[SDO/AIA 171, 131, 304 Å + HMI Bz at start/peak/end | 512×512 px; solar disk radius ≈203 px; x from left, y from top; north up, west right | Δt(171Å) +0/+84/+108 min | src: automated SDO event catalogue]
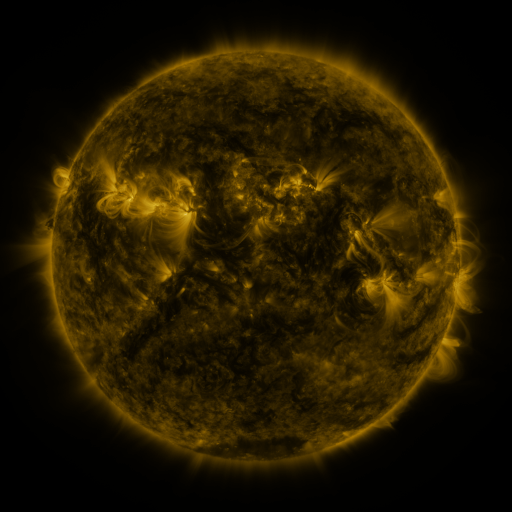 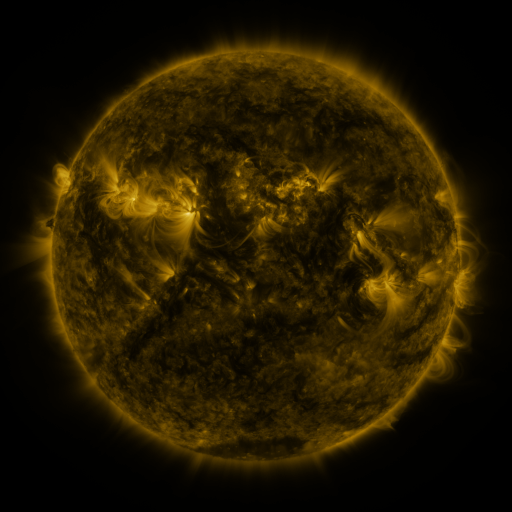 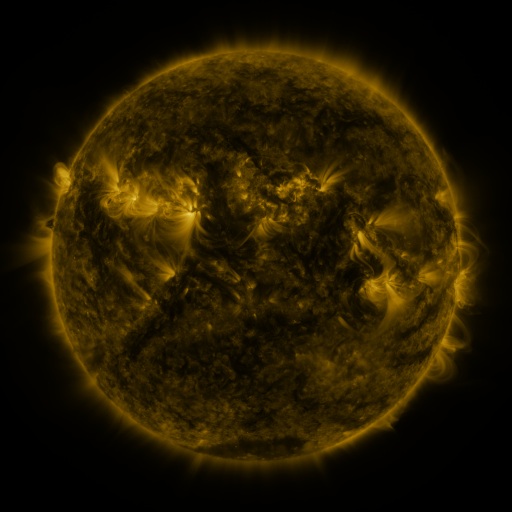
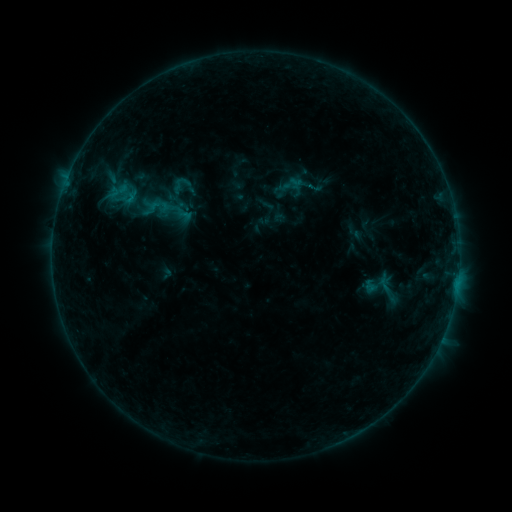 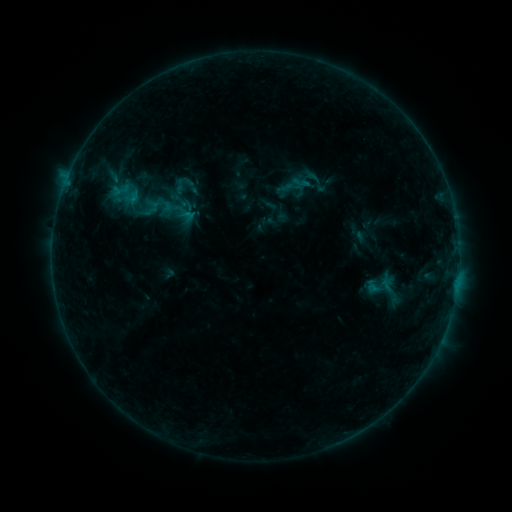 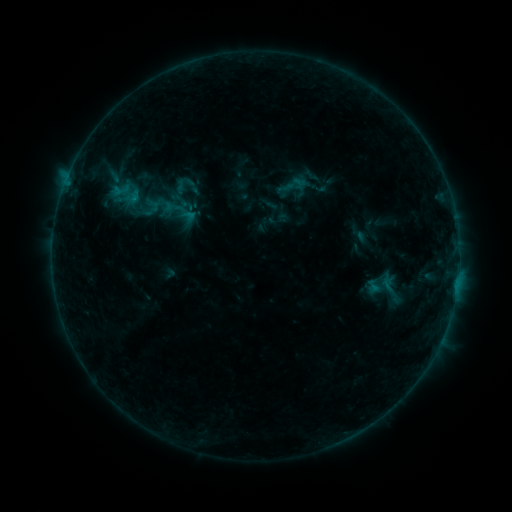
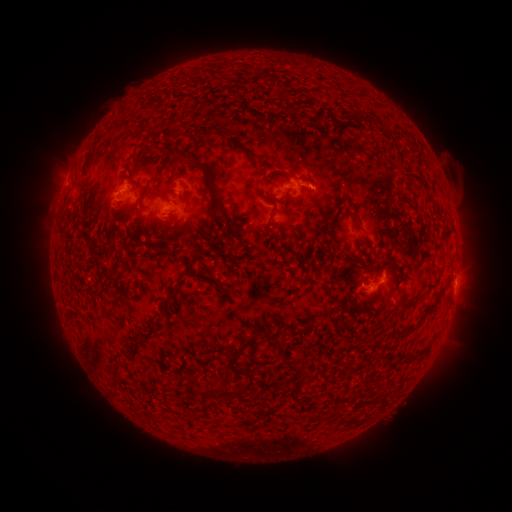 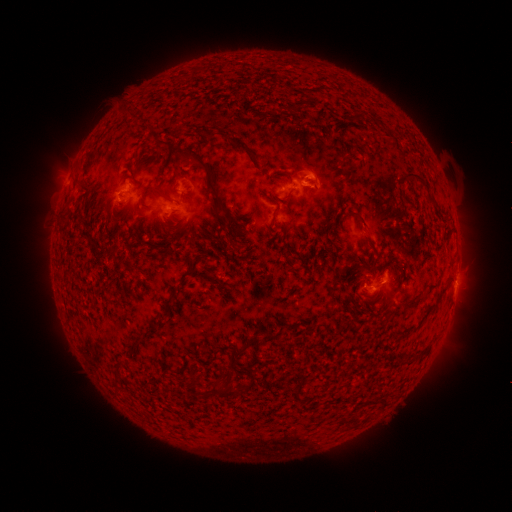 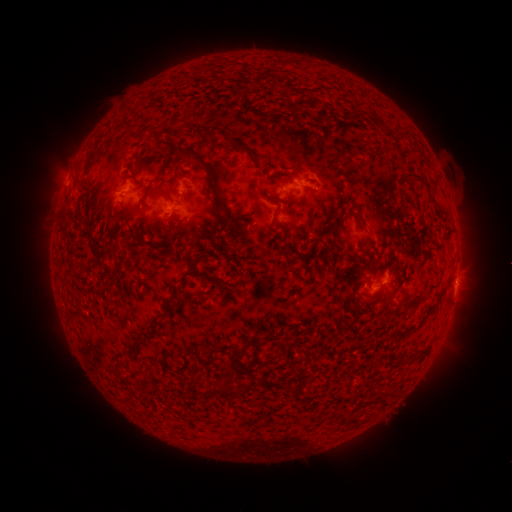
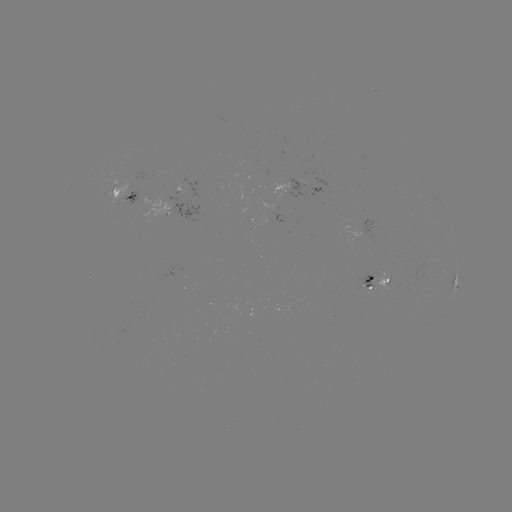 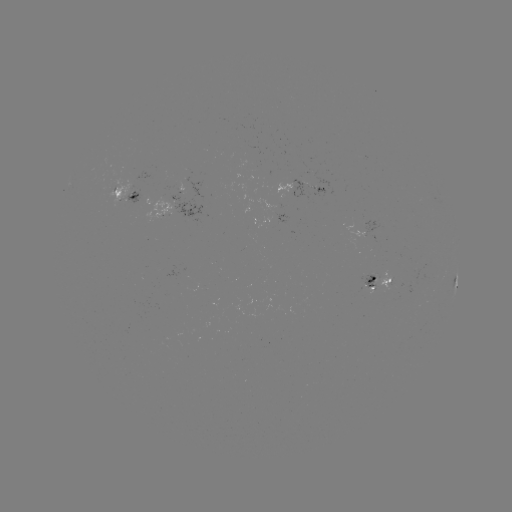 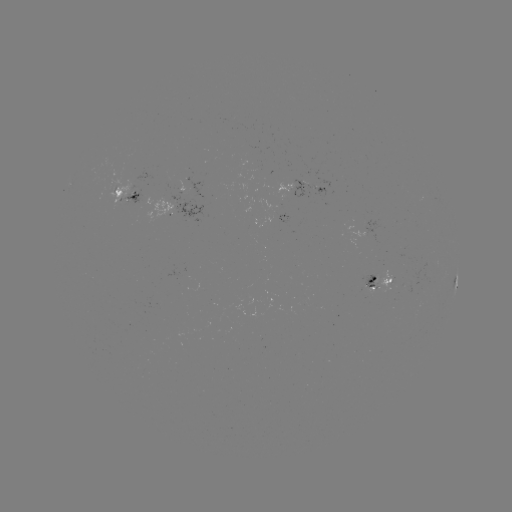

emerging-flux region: [310, 187, 325, 199]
